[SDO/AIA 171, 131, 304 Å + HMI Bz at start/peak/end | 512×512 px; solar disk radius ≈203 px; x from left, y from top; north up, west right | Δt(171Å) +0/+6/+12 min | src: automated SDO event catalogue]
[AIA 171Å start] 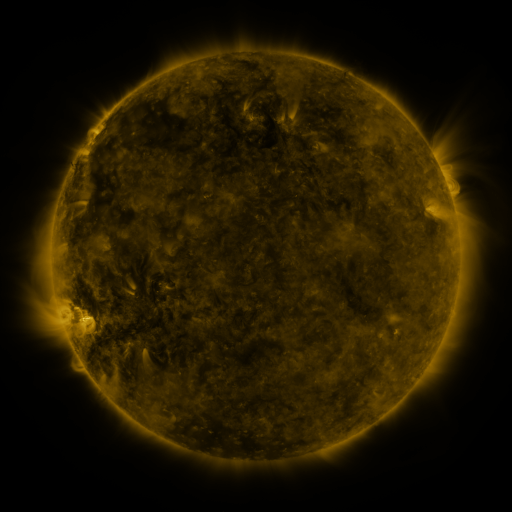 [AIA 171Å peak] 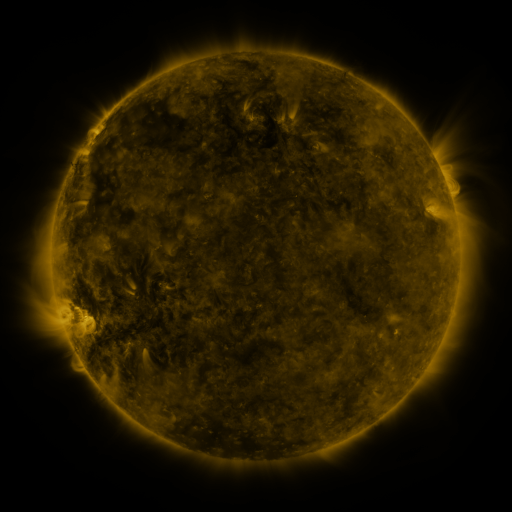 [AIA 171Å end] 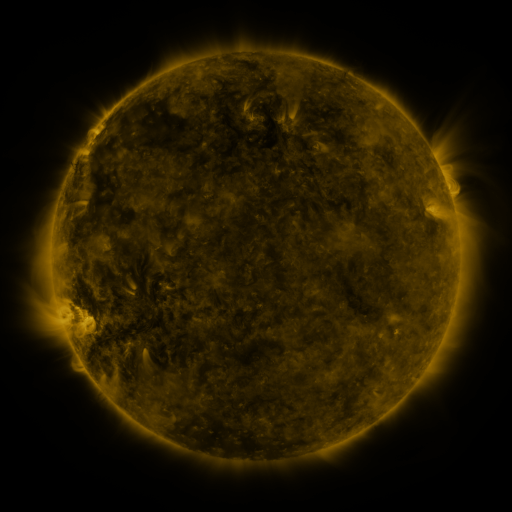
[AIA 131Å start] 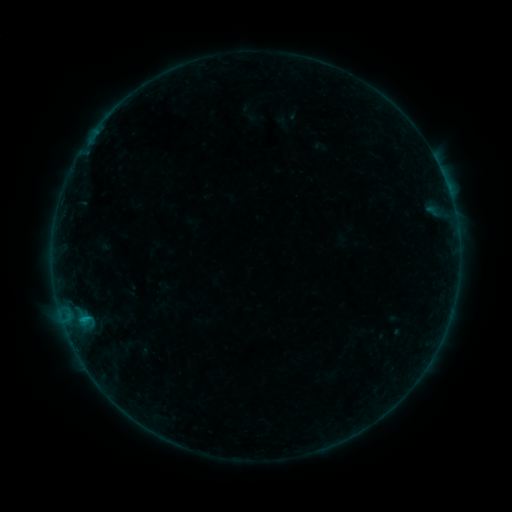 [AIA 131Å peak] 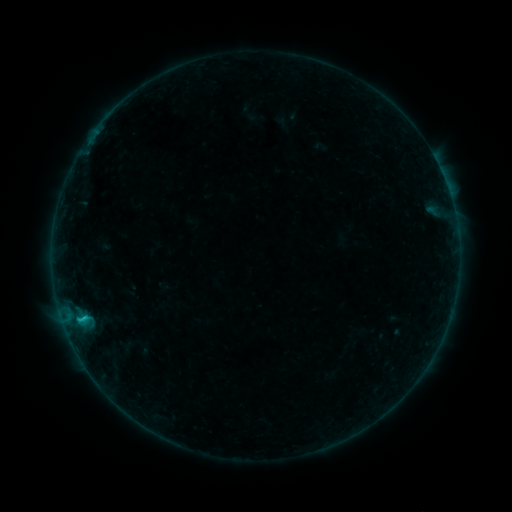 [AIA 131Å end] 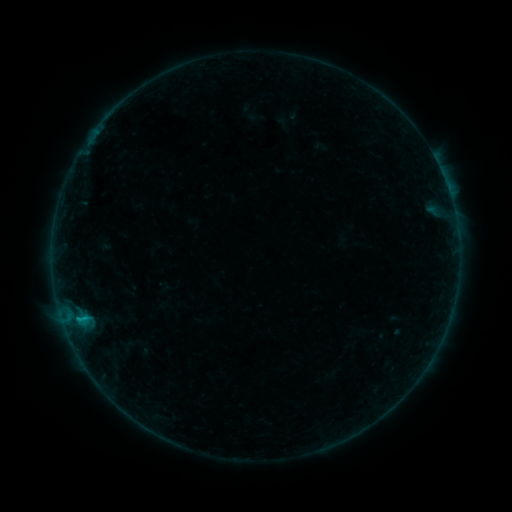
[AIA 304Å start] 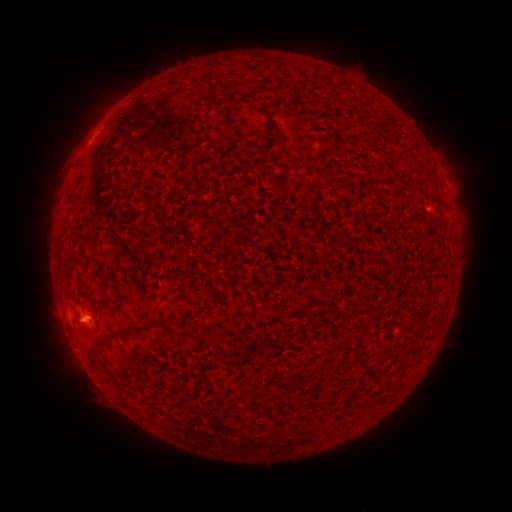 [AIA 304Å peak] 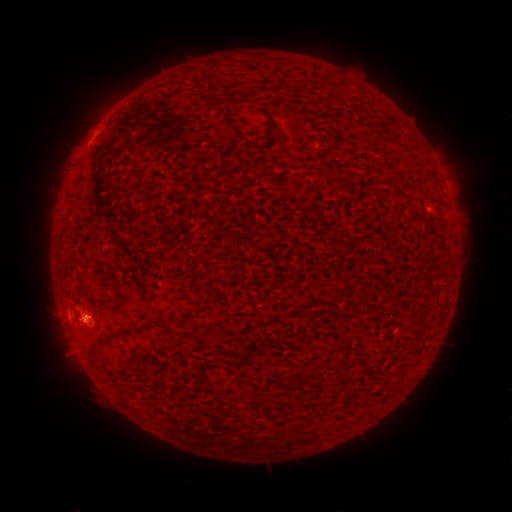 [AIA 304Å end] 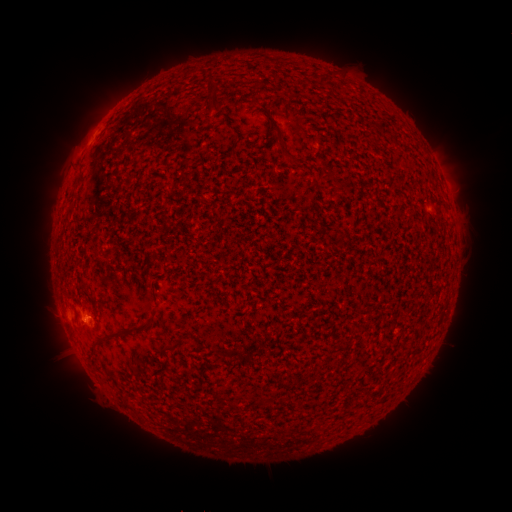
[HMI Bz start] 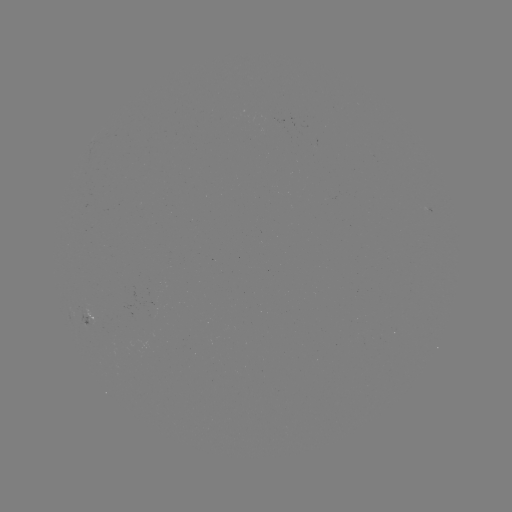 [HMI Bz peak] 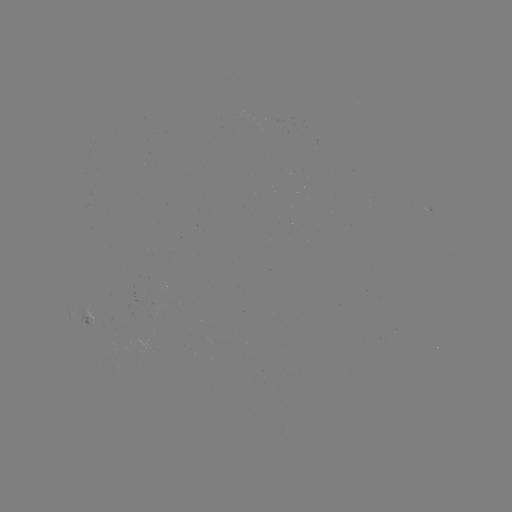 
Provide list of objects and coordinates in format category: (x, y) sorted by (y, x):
B6.7 flare: (85, 316)
